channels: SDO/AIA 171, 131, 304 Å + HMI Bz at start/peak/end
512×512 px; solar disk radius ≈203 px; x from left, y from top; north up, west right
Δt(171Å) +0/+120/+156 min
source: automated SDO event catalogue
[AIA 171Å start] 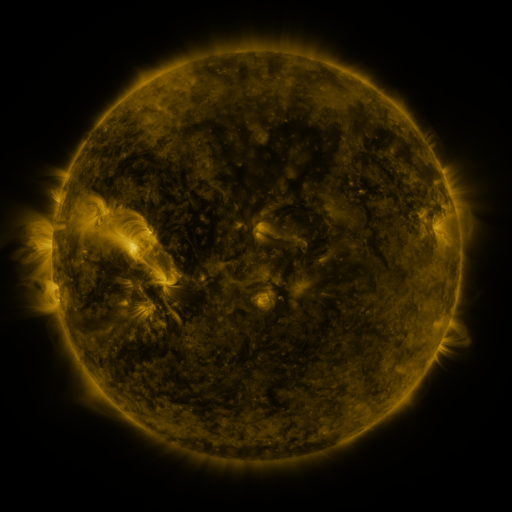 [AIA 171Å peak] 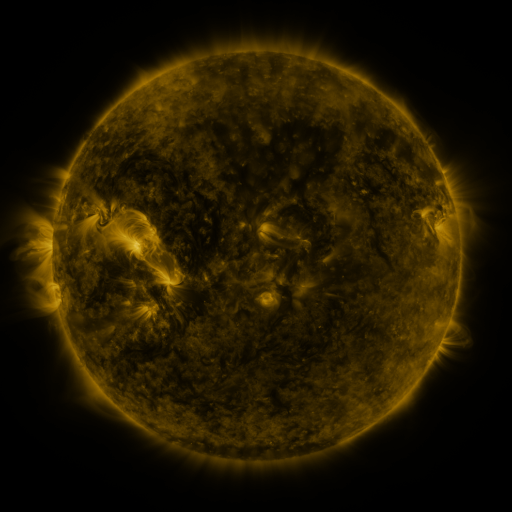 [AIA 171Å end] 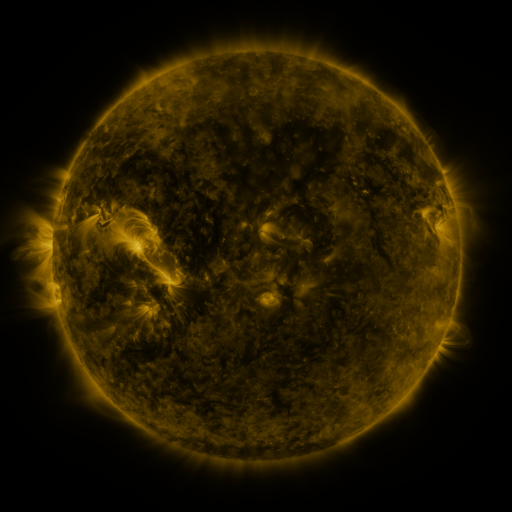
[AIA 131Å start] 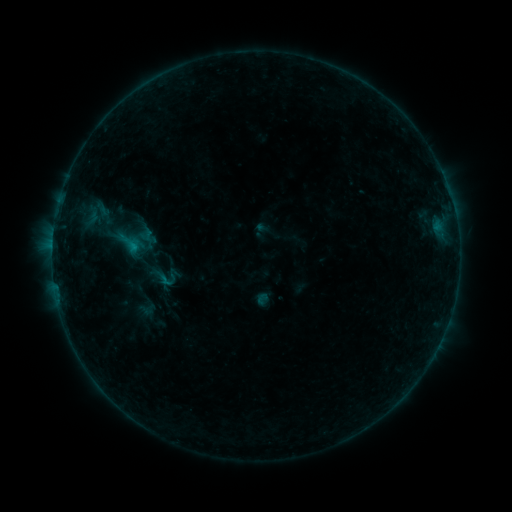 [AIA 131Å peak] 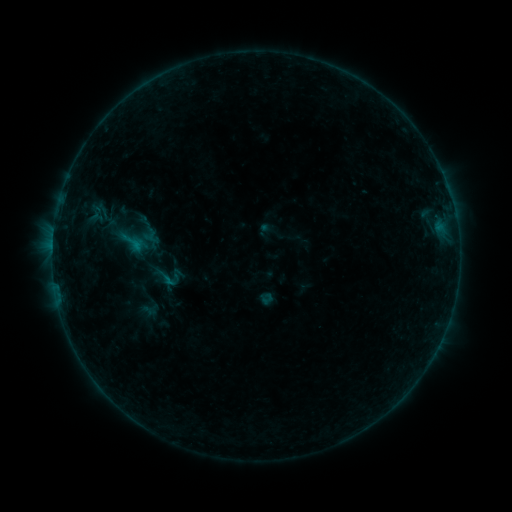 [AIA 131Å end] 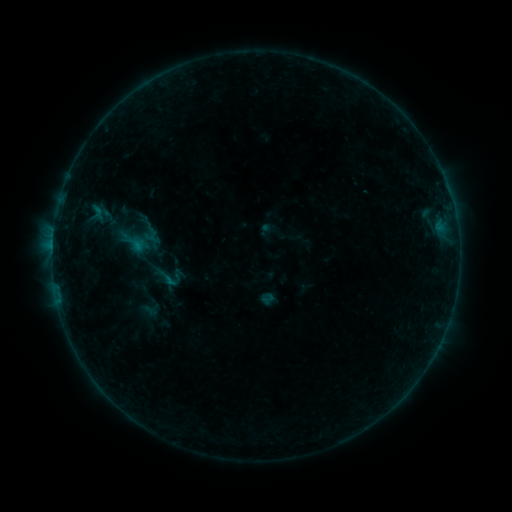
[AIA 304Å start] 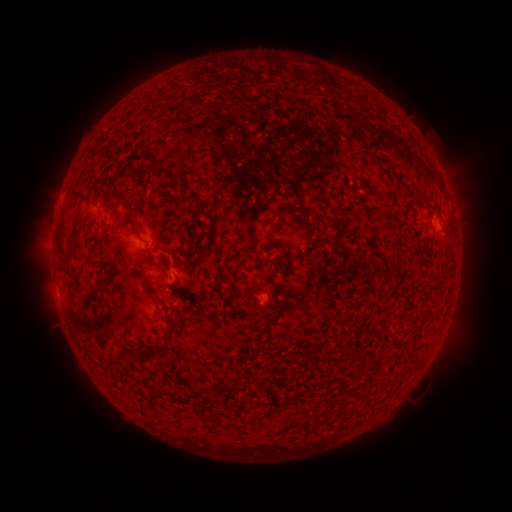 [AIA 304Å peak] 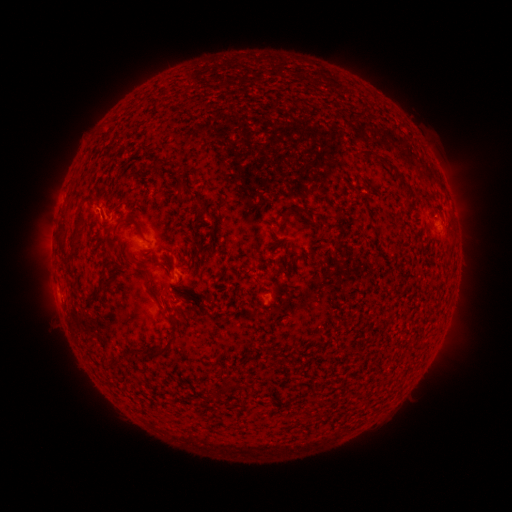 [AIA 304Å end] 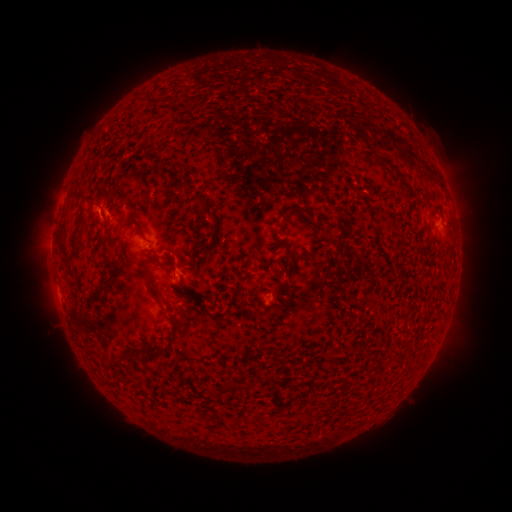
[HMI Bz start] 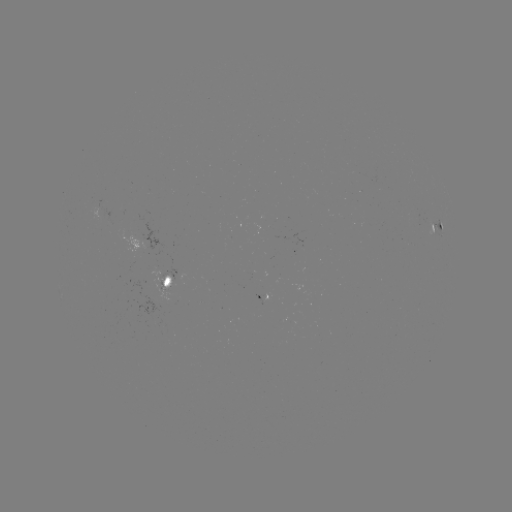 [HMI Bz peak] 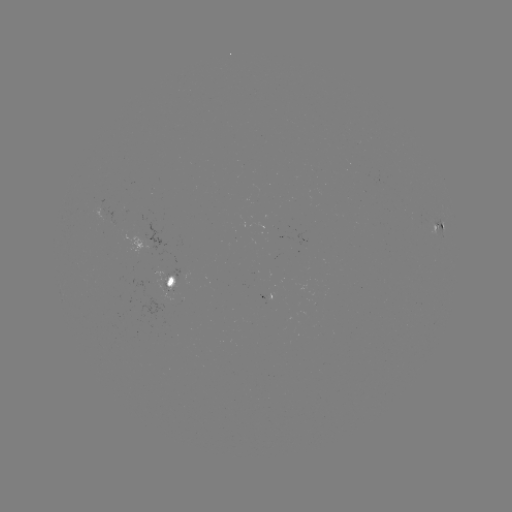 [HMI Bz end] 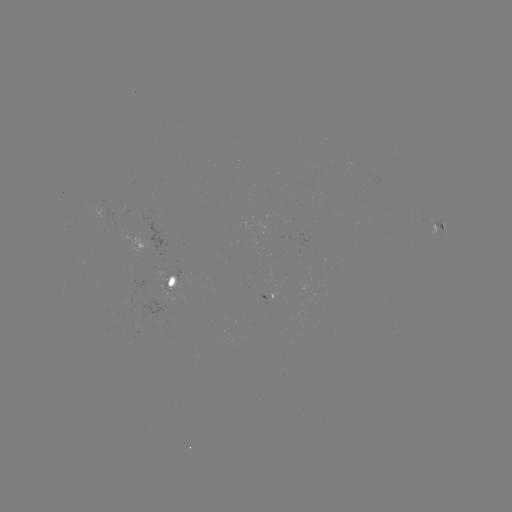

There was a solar emerging-flux region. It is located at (303, 243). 